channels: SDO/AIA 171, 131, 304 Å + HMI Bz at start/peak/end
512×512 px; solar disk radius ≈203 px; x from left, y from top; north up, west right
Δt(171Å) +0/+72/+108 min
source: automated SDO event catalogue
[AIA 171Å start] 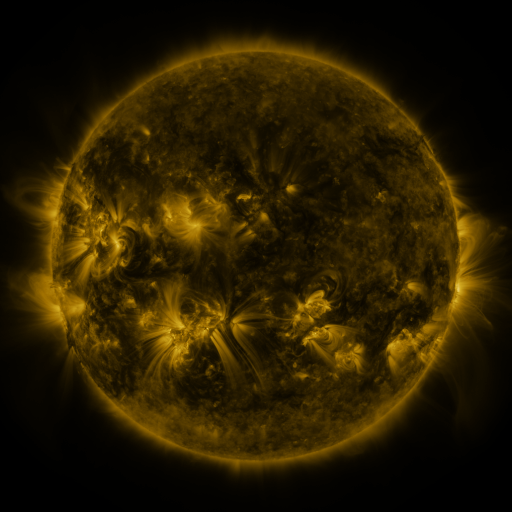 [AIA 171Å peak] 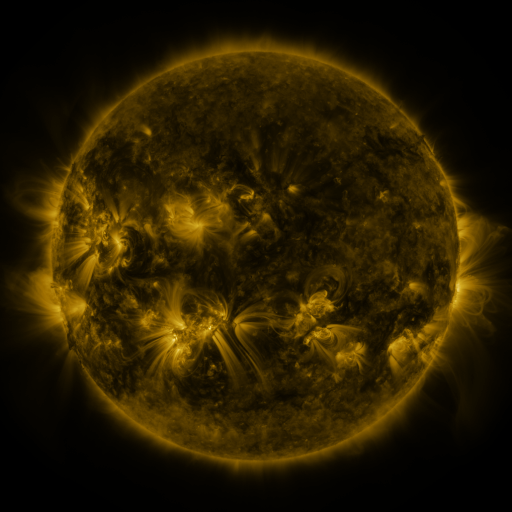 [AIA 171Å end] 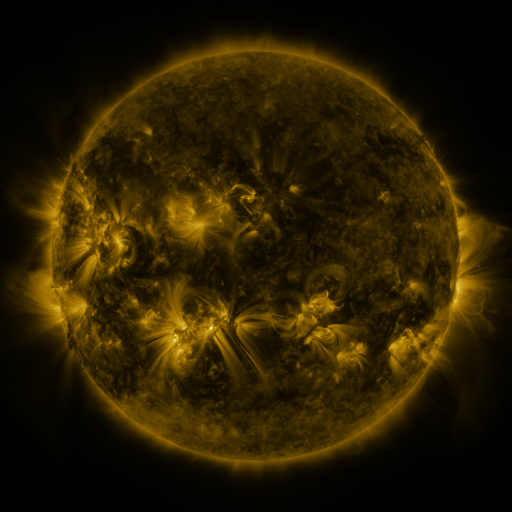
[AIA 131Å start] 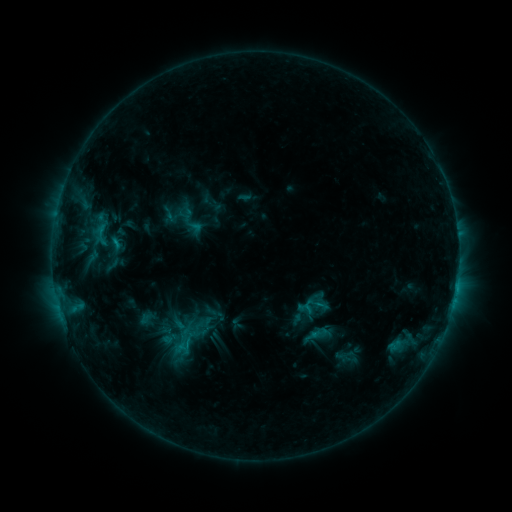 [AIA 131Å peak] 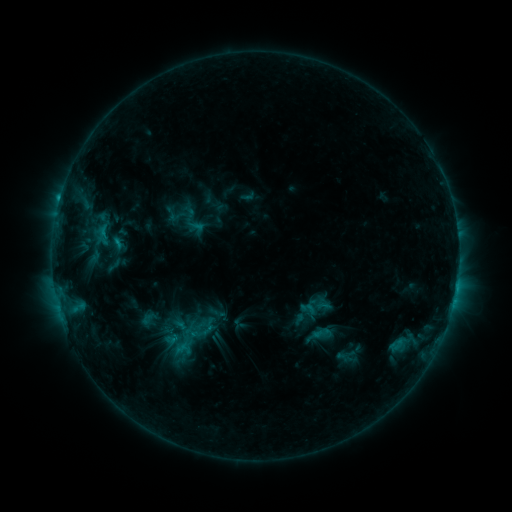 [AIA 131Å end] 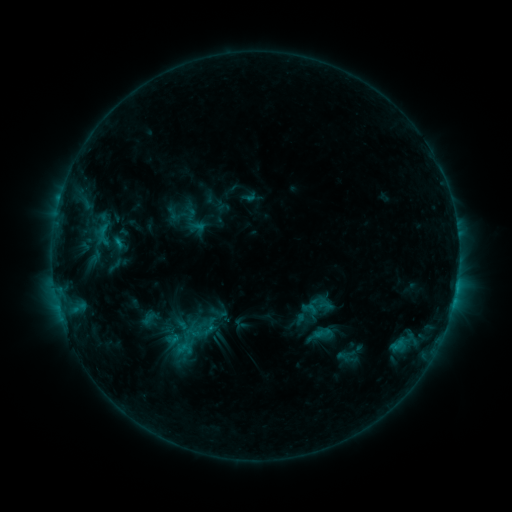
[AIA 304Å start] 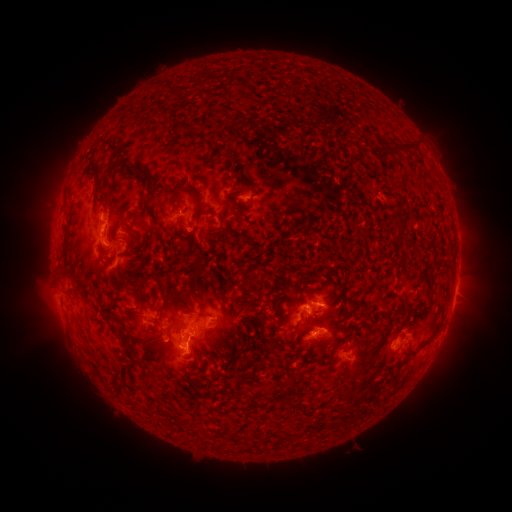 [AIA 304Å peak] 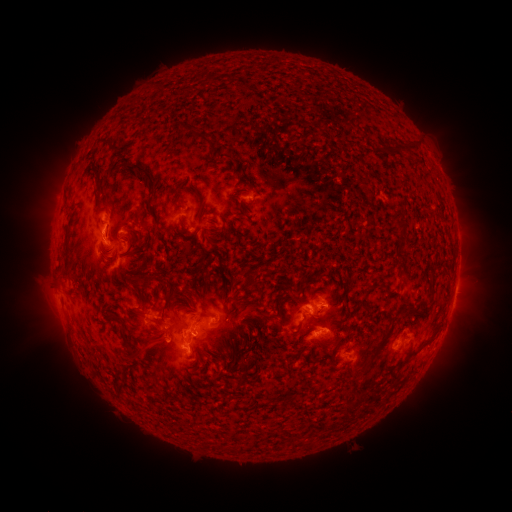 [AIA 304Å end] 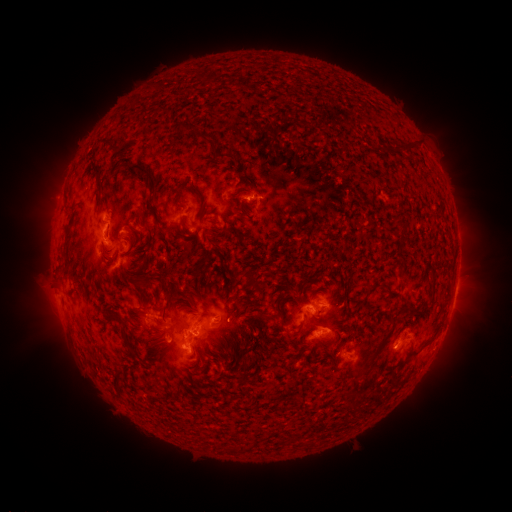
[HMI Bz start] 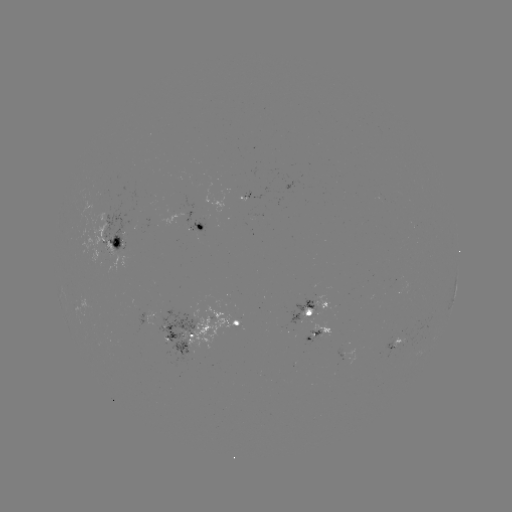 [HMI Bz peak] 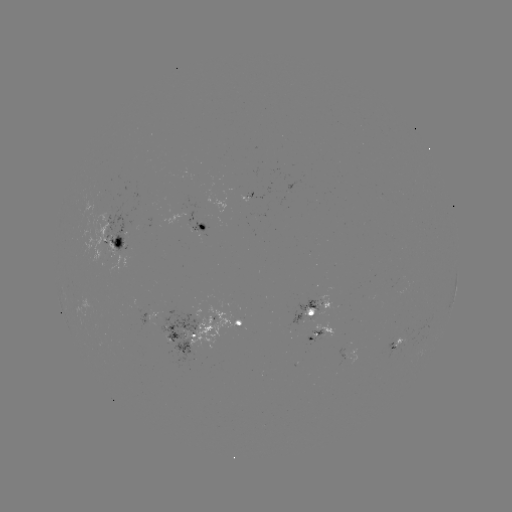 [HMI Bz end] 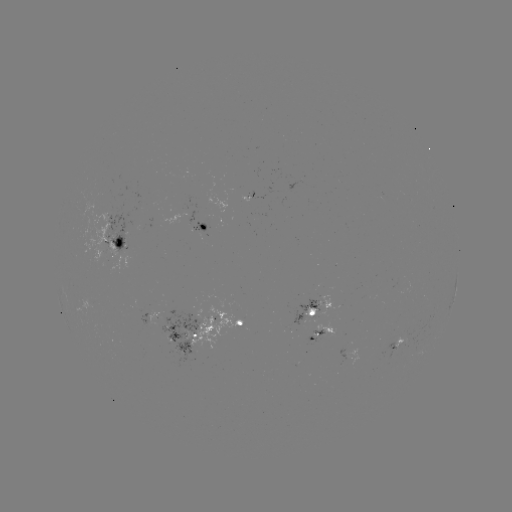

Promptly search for emerging-flux region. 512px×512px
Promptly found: (323, 302).